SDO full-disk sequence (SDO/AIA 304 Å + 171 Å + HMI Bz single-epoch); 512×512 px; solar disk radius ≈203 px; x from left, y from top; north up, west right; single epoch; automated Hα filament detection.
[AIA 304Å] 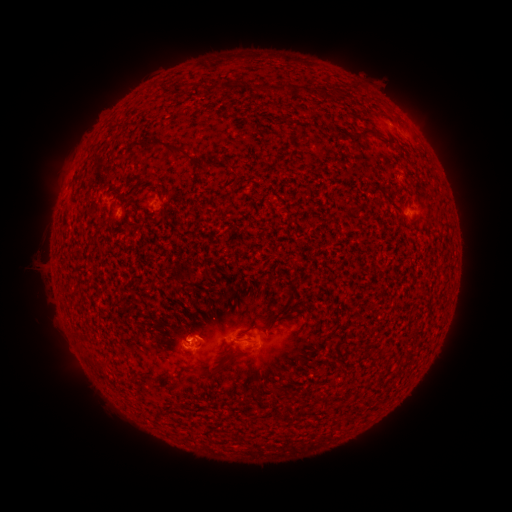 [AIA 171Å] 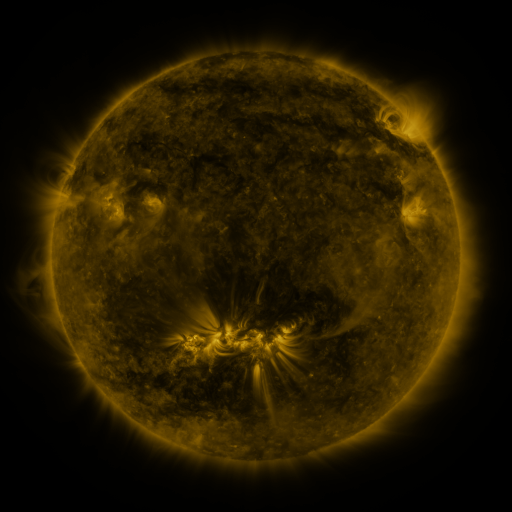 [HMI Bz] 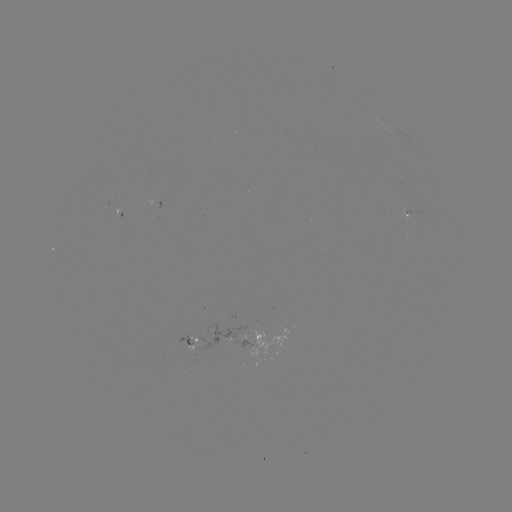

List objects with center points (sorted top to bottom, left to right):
filament: (354, 87)
filament: (232, 88)
filament: (259, 89)
filament: (280, 89)
filament: (367, 132)
filament: (167, 147)
filament: (103, 364)
filament: (215, 372)
